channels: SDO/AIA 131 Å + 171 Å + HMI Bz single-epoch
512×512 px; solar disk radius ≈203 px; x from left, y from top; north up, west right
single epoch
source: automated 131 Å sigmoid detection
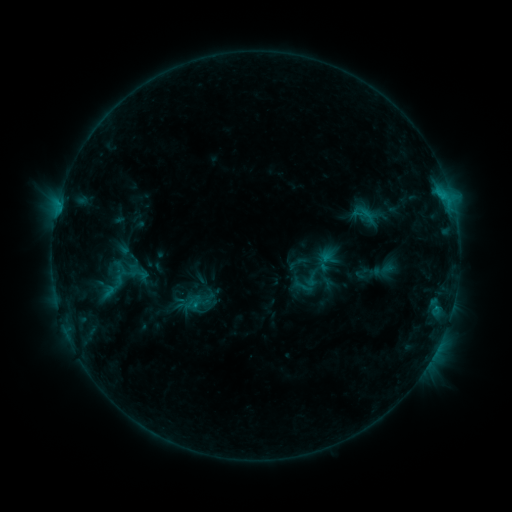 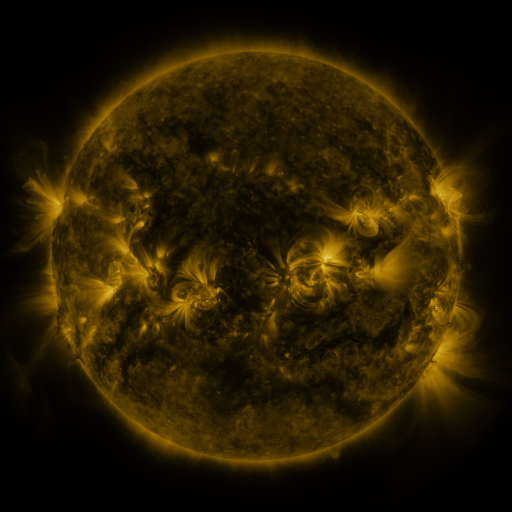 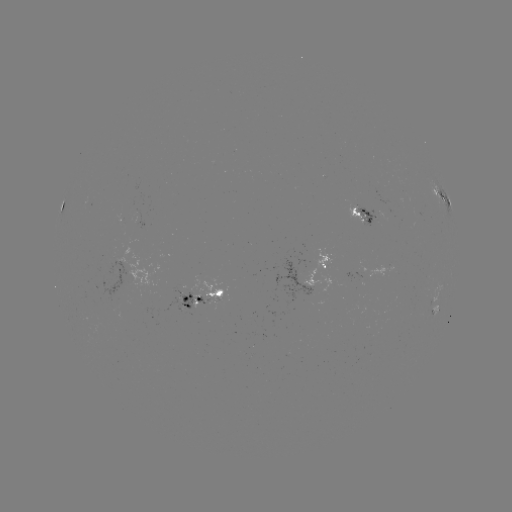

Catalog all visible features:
sigmoid: <bbox>302, 269, 321, 289</bbox>
